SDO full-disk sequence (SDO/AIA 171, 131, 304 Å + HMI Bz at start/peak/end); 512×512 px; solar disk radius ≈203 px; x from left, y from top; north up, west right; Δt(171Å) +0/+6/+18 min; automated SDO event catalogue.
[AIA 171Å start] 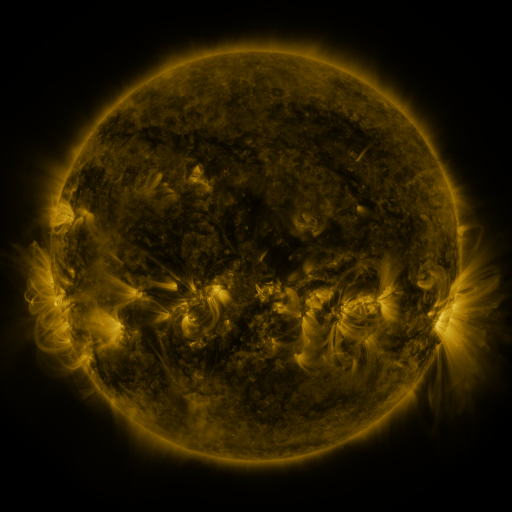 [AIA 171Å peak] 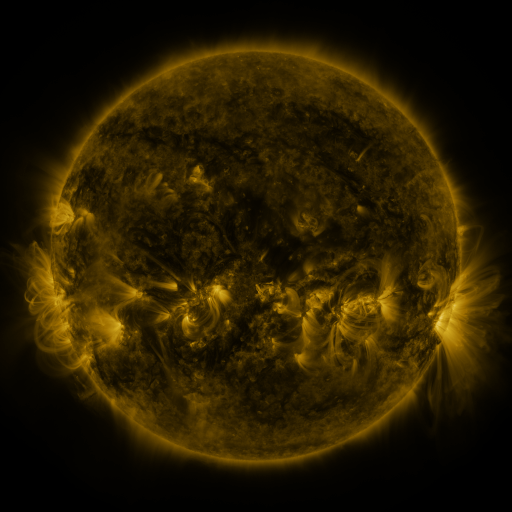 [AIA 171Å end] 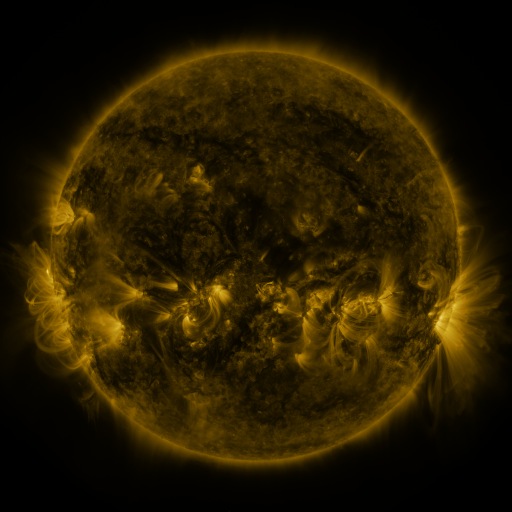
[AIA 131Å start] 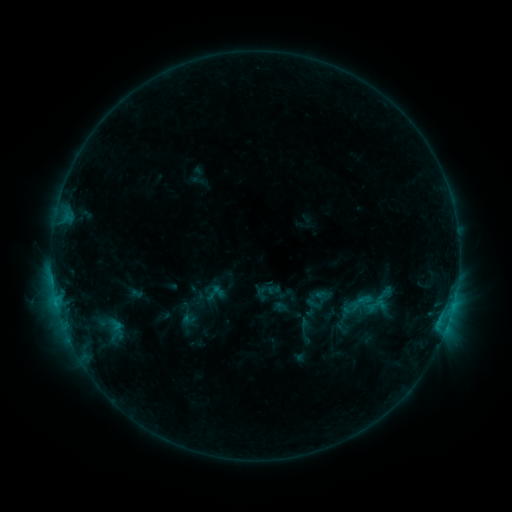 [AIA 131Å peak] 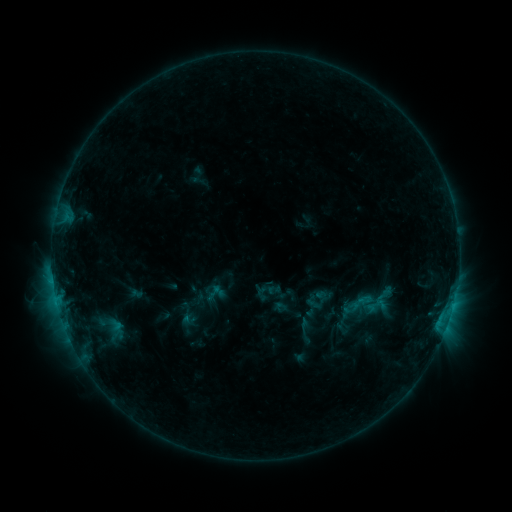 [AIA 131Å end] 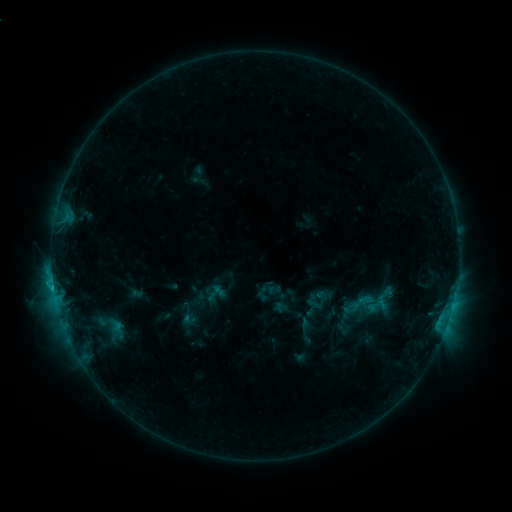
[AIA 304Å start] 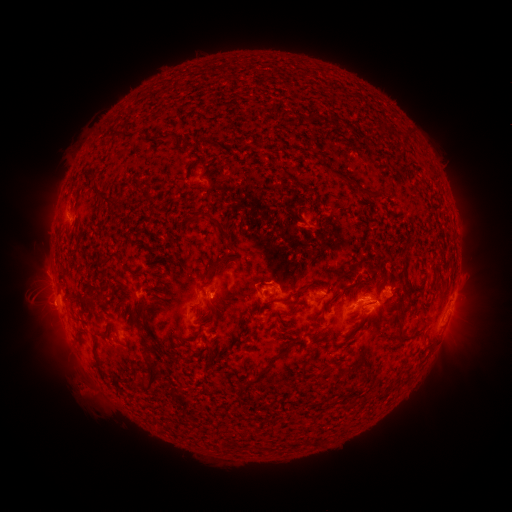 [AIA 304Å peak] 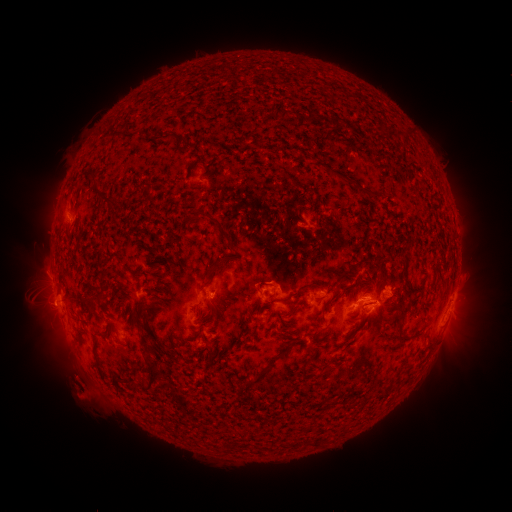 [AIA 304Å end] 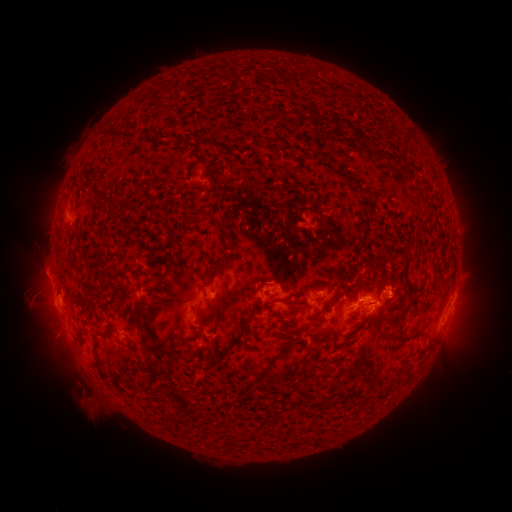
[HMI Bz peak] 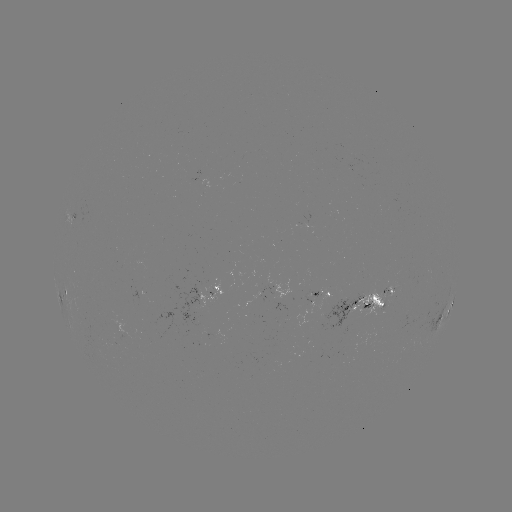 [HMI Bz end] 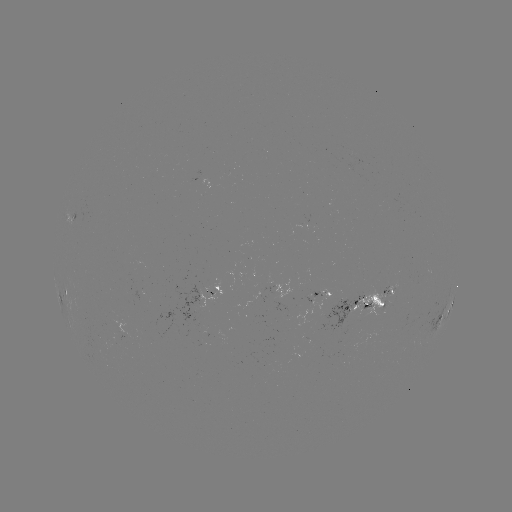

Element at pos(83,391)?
eruption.